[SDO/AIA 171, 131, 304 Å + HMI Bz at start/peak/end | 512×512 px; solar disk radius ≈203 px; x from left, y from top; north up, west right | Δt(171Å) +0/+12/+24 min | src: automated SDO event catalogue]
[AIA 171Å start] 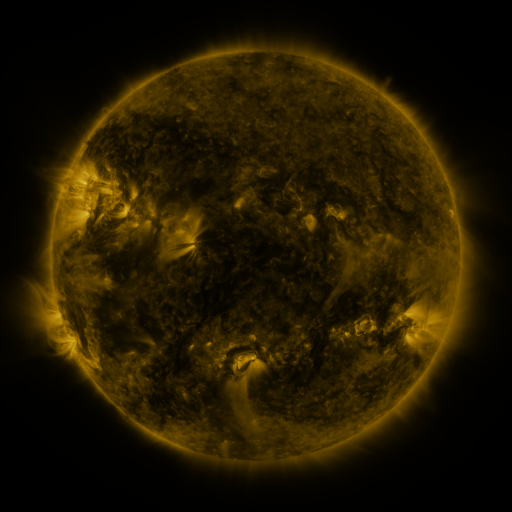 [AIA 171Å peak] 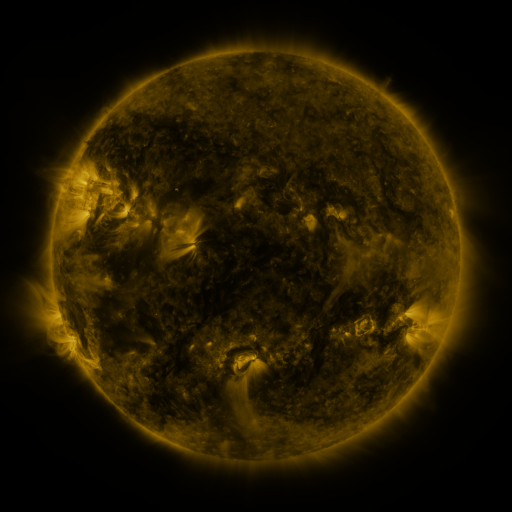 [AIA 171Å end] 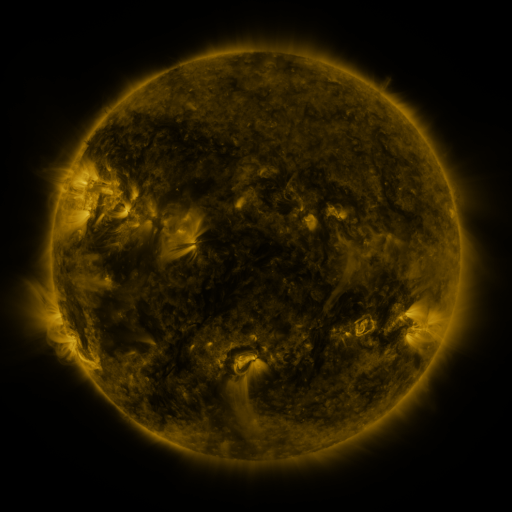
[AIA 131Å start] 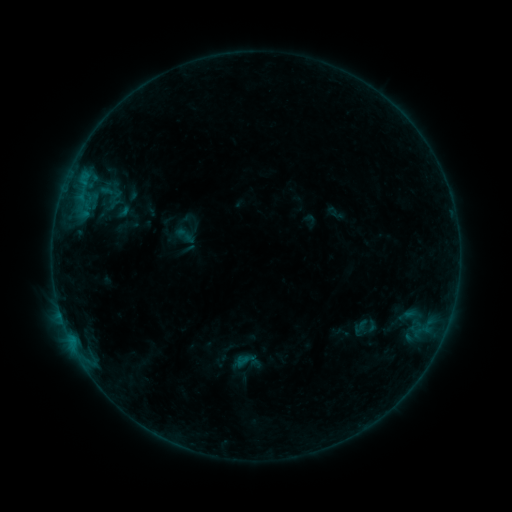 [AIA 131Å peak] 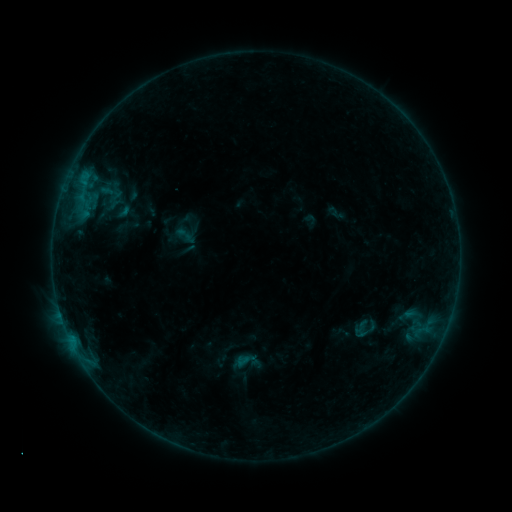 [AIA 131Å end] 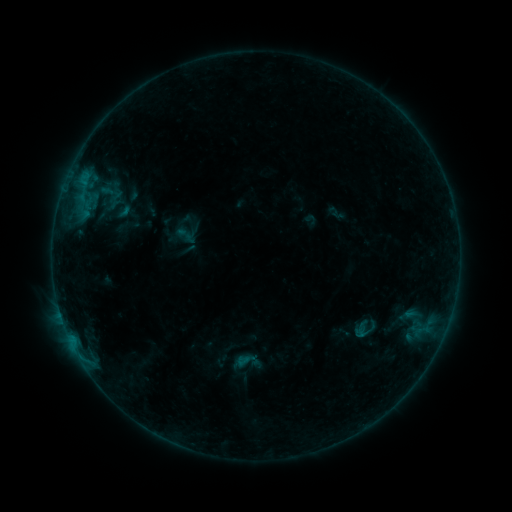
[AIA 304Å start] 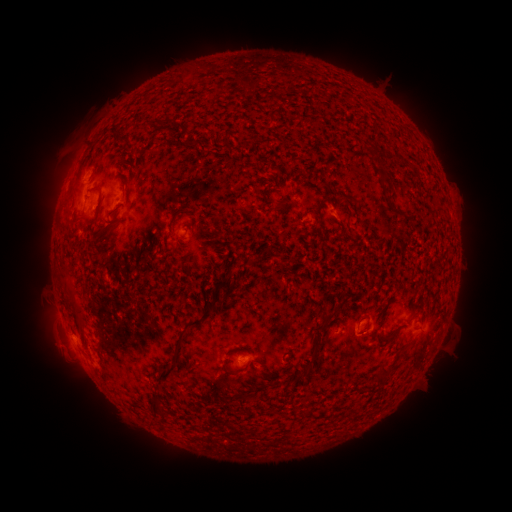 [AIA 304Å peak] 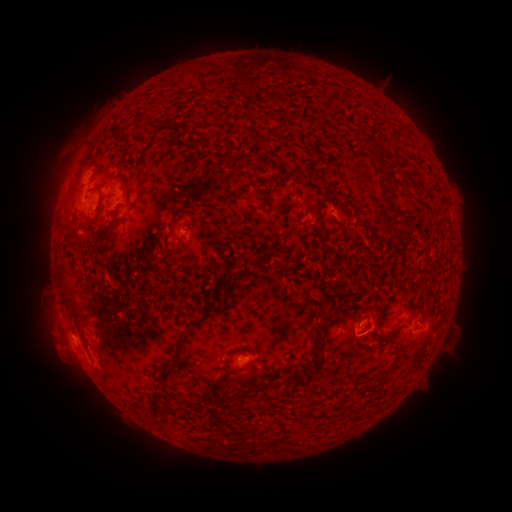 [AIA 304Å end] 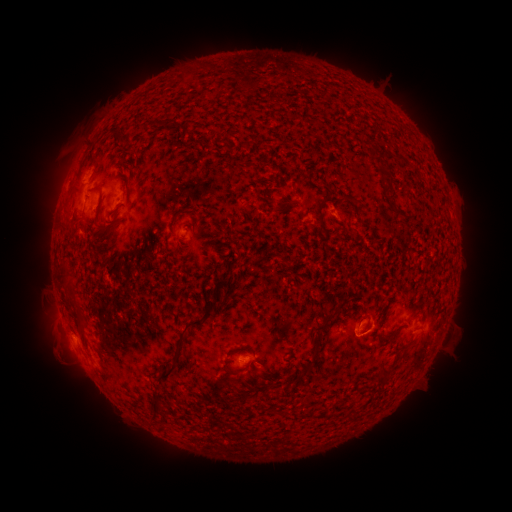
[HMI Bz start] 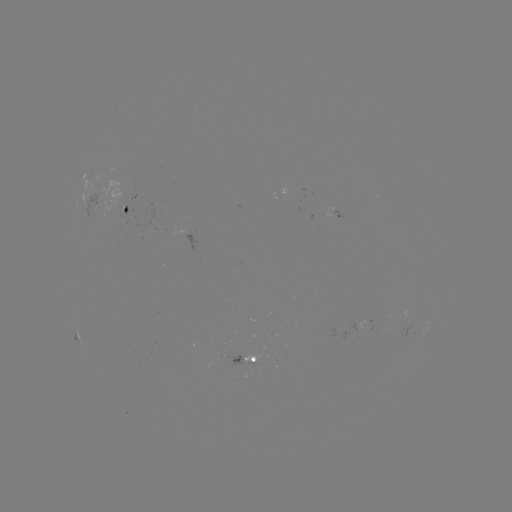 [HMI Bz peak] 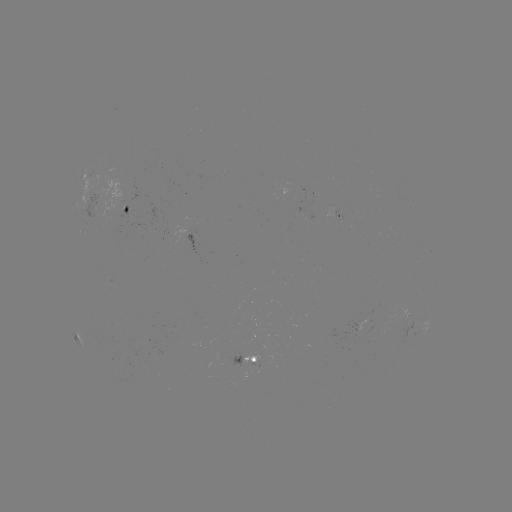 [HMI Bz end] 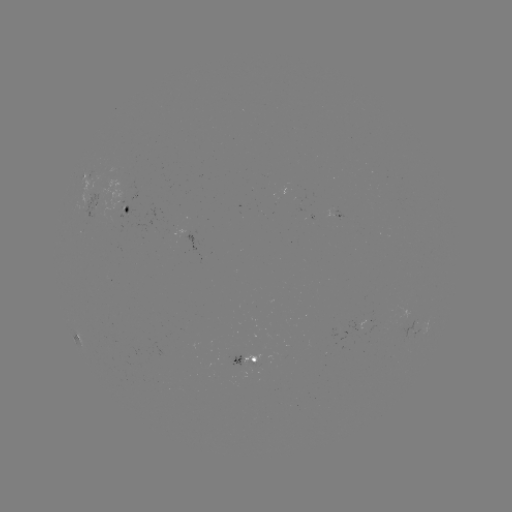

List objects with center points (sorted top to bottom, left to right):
eruption: (54, 353)
